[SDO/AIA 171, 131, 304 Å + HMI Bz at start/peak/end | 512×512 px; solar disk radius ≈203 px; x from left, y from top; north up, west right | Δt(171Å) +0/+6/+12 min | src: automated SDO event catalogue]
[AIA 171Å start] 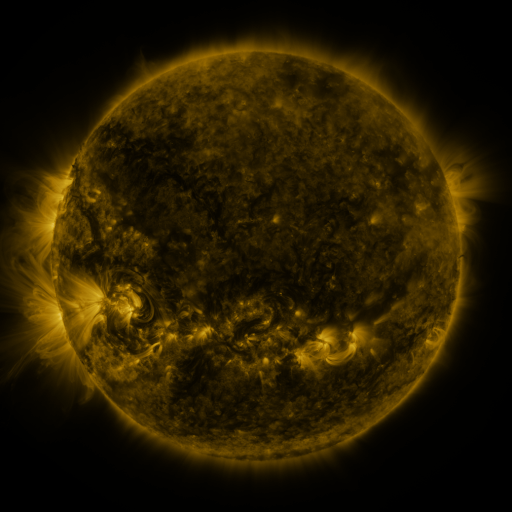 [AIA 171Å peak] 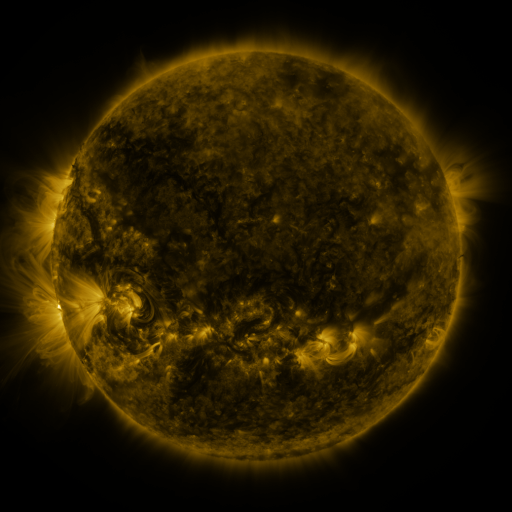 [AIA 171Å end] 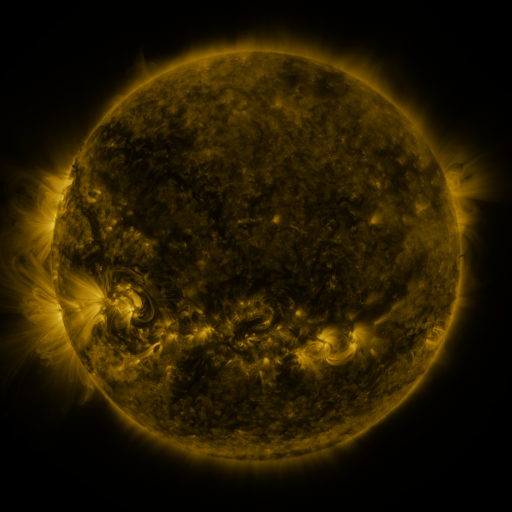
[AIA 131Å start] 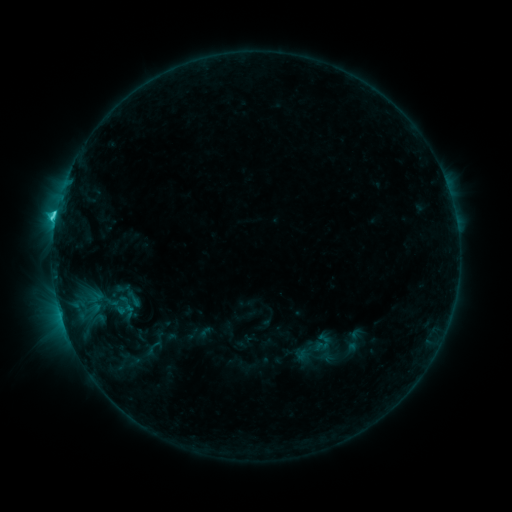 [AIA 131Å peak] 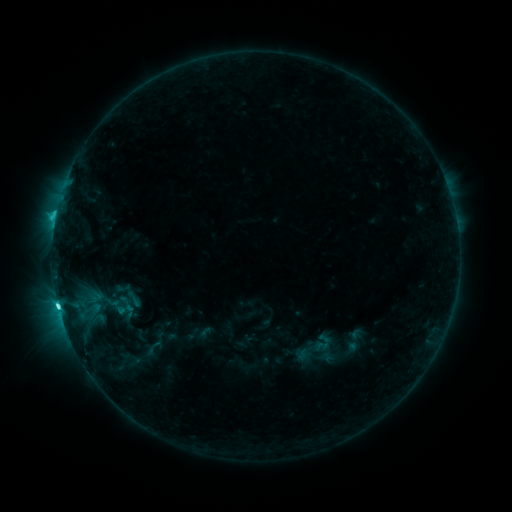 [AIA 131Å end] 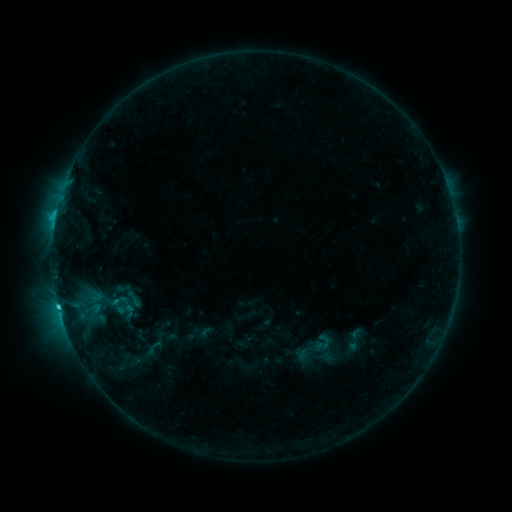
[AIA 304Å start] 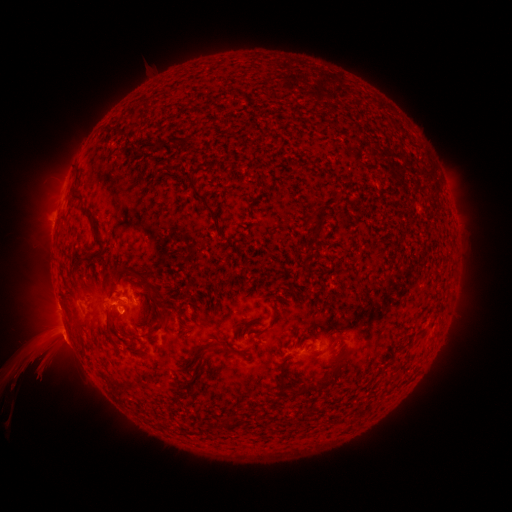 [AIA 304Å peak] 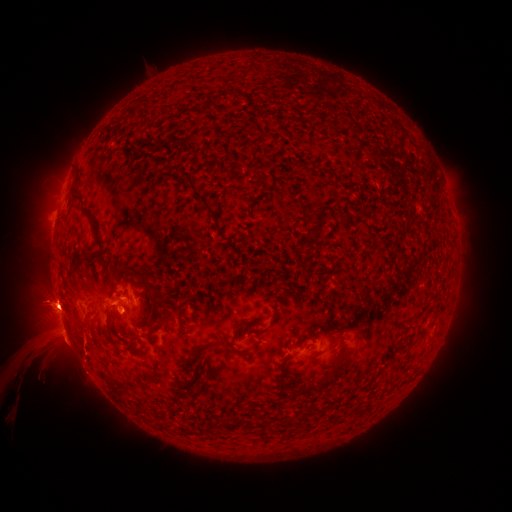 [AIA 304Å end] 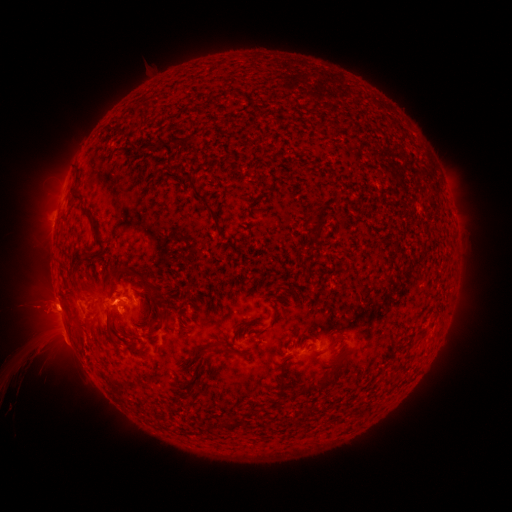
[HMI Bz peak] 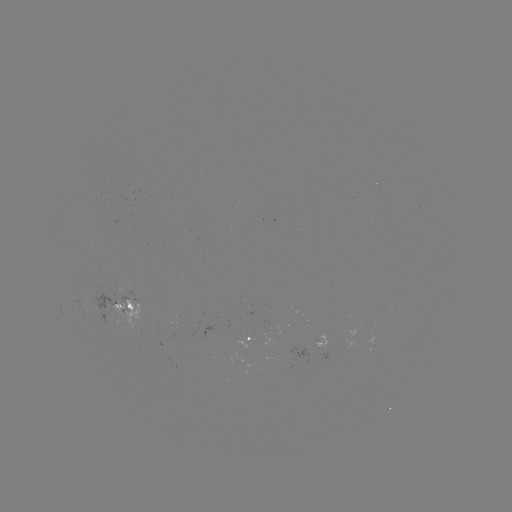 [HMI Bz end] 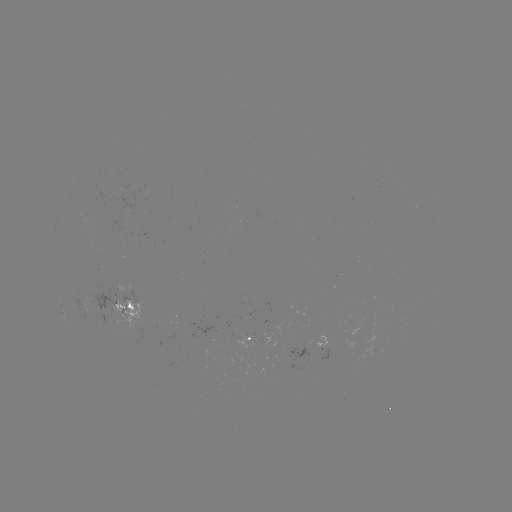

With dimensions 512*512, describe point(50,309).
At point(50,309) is eruption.